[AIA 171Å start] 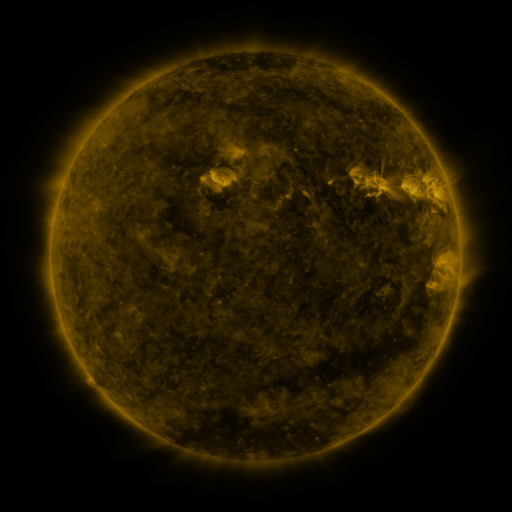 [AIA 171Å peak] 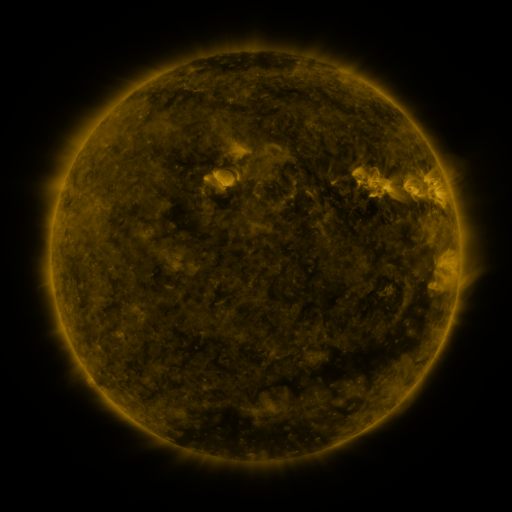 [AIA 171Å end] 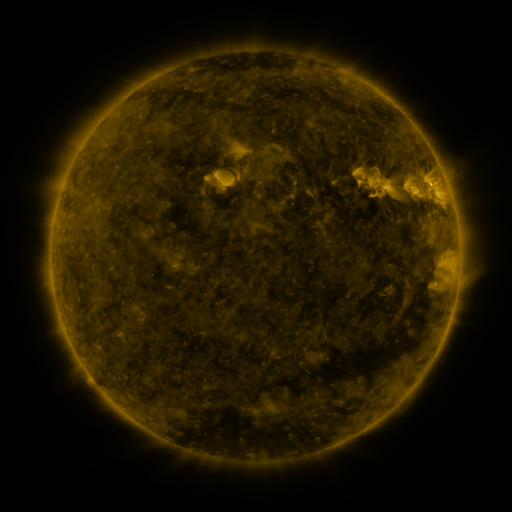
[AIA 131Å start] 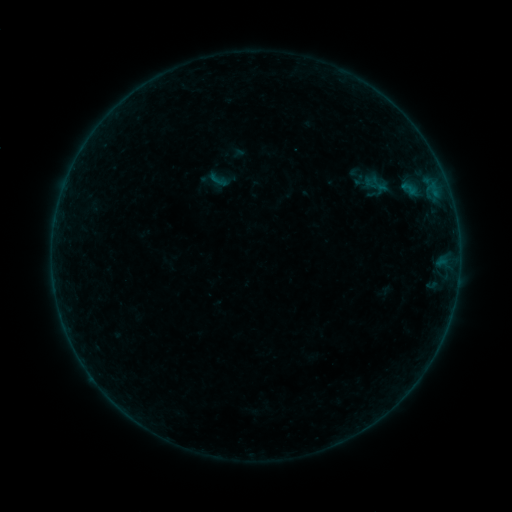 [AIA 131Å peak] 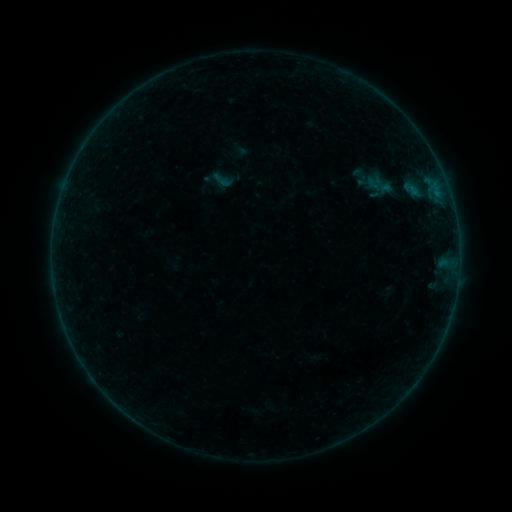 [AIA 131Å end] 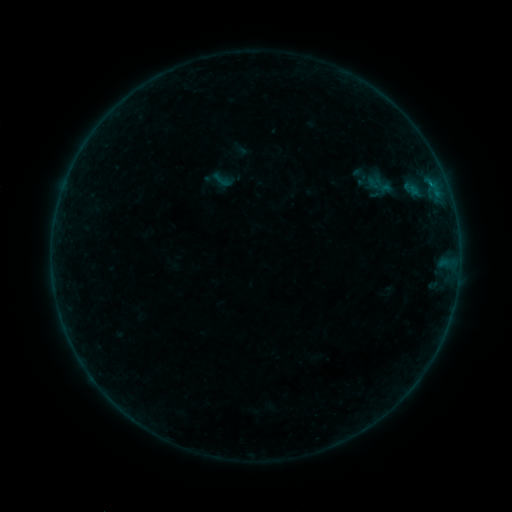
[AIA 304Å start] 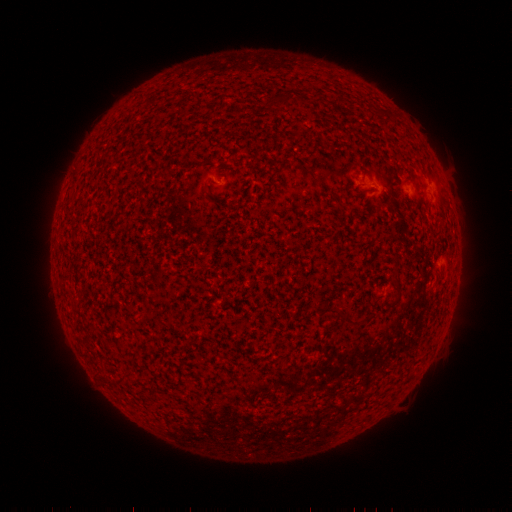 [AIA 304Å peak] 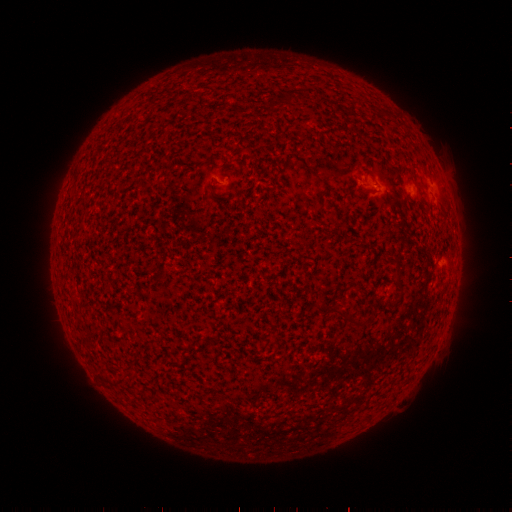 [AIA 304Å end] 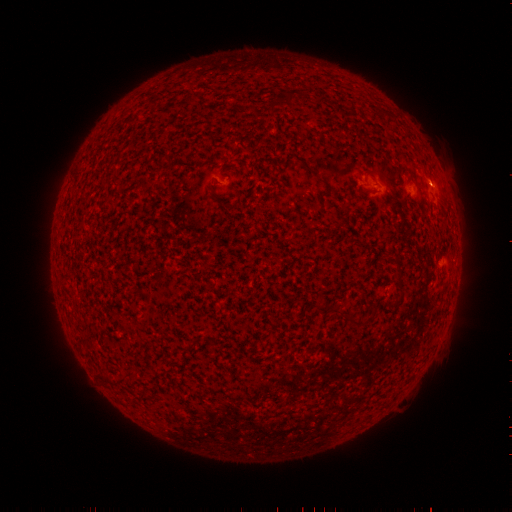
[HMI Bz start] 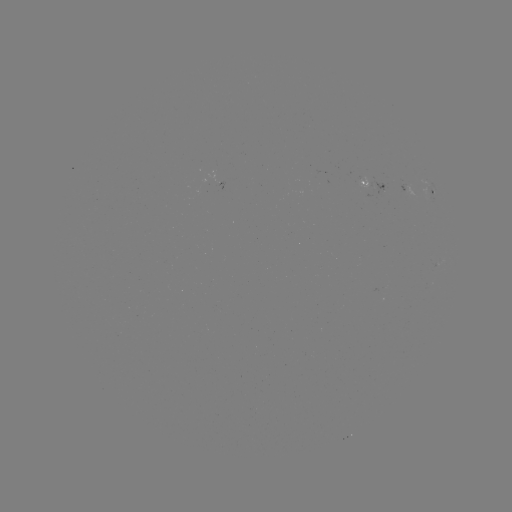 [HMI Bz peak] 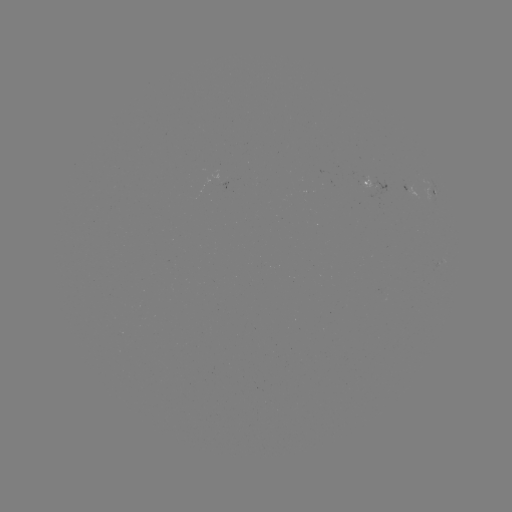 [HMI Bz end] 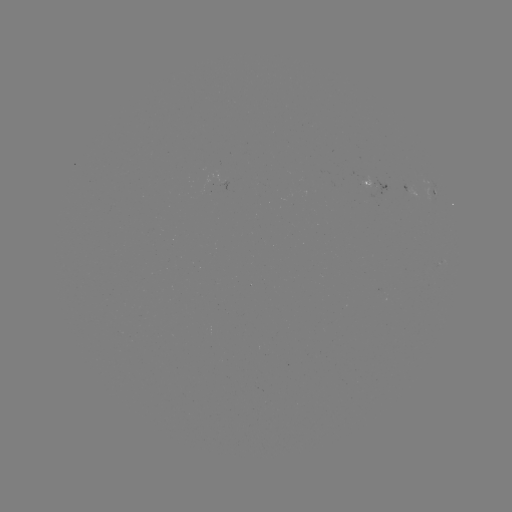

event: emerging-flux region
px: (383, 191)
